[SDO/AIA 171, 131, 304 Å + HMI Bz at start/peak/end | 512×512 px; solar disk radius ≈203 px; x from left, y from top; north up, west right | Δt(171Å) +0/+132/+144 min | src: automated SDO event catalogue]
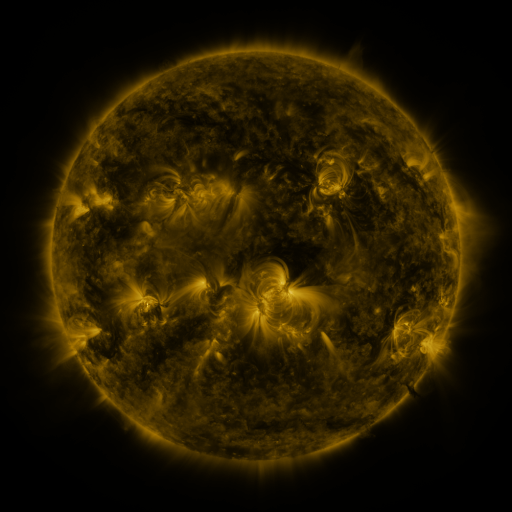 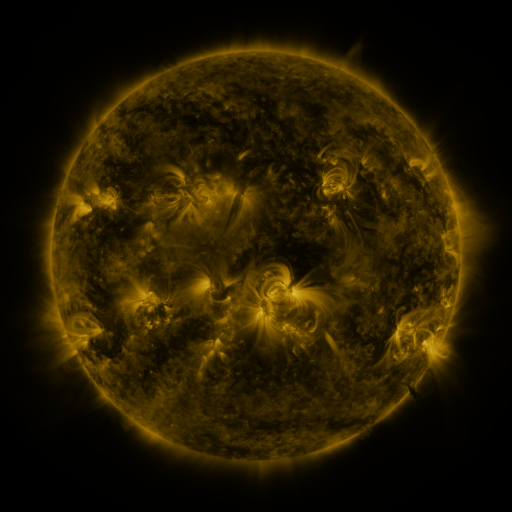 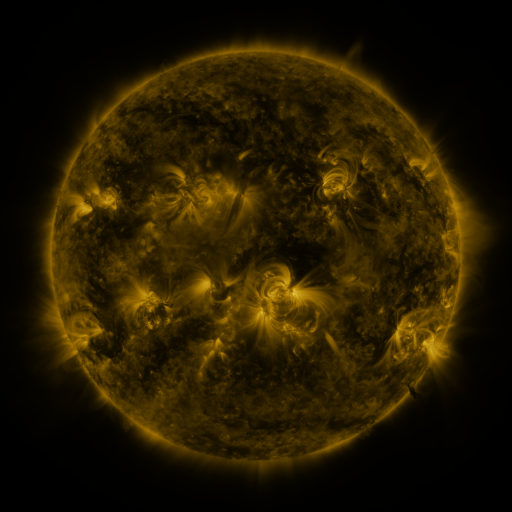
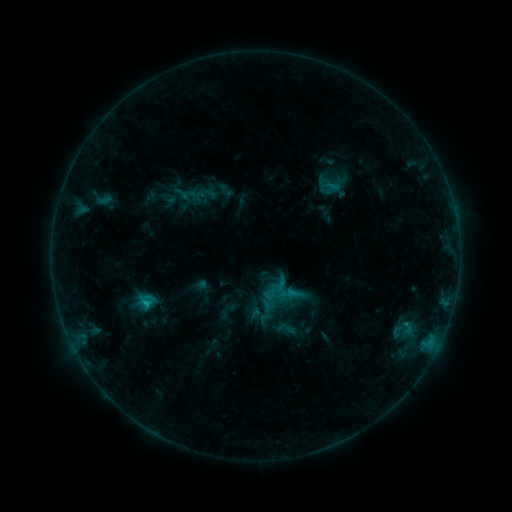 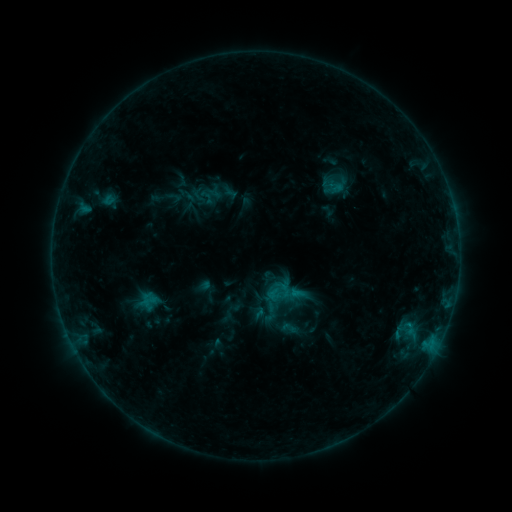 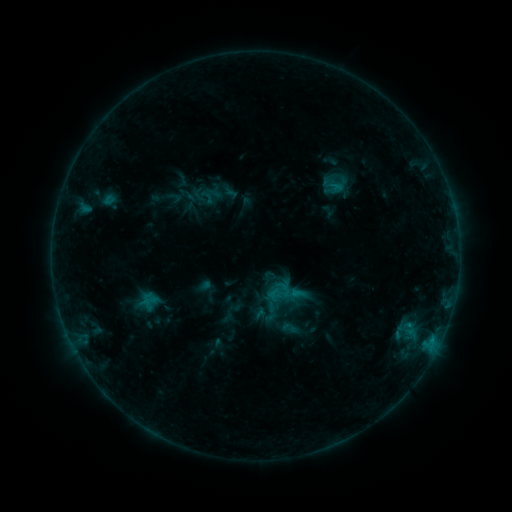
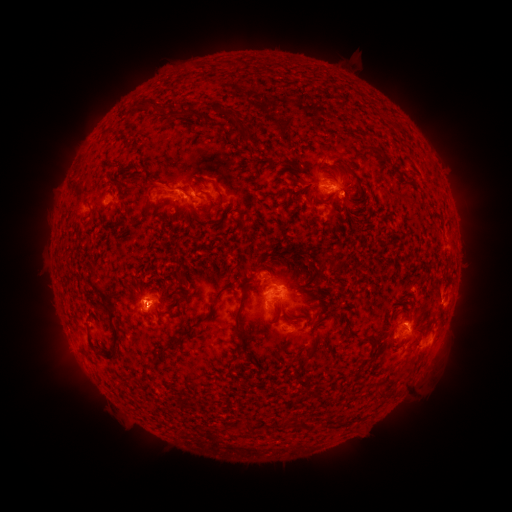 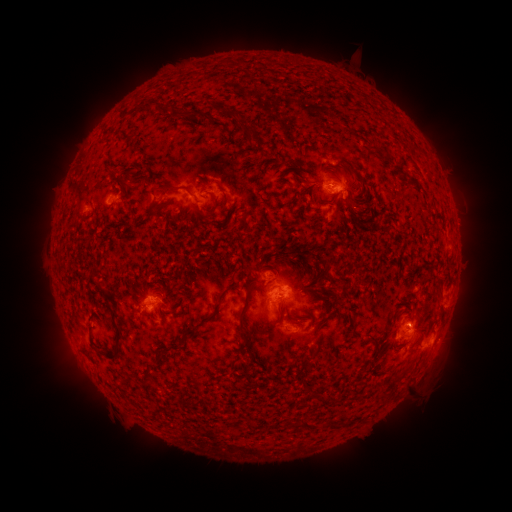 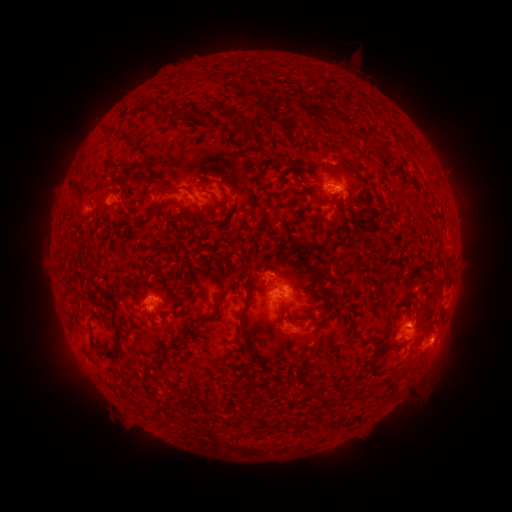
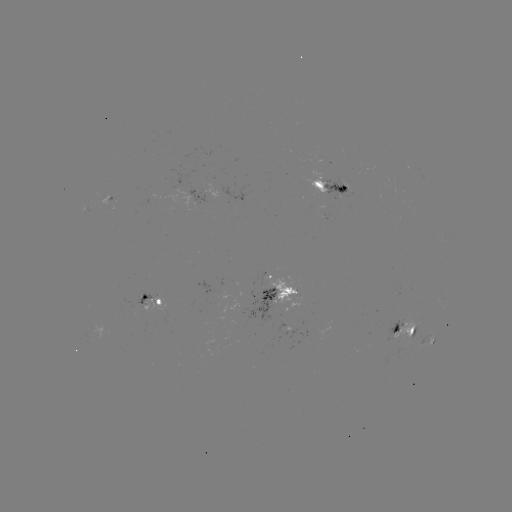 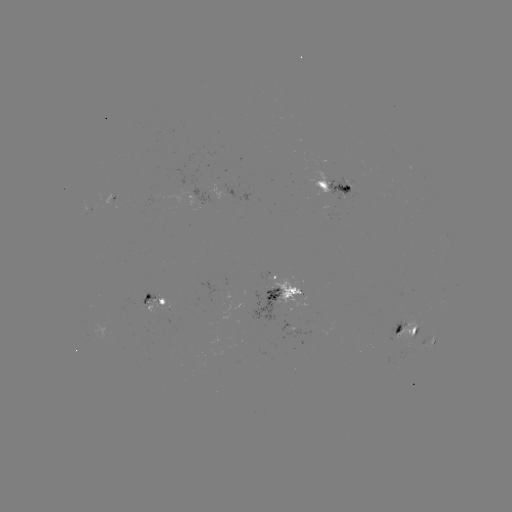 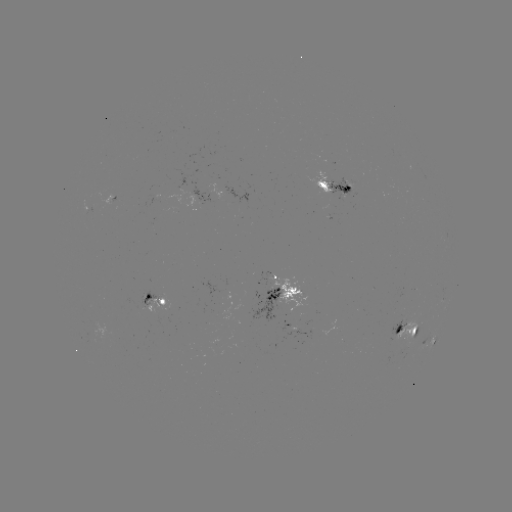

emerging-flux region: [394, 319, 417, 343]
